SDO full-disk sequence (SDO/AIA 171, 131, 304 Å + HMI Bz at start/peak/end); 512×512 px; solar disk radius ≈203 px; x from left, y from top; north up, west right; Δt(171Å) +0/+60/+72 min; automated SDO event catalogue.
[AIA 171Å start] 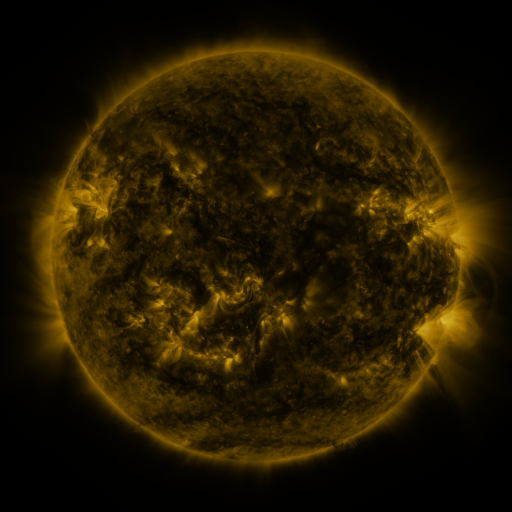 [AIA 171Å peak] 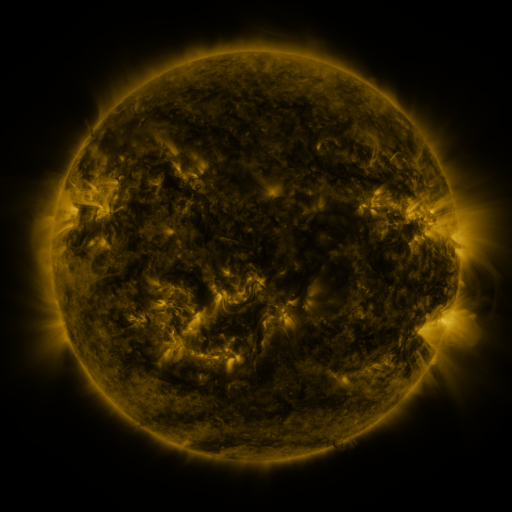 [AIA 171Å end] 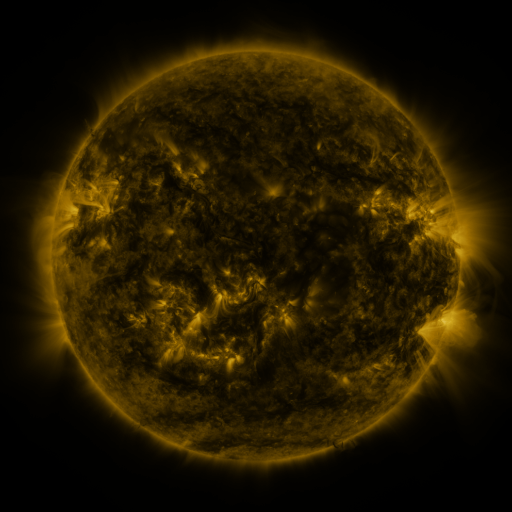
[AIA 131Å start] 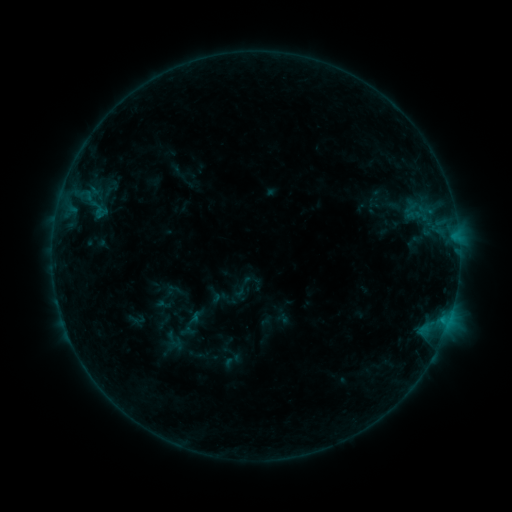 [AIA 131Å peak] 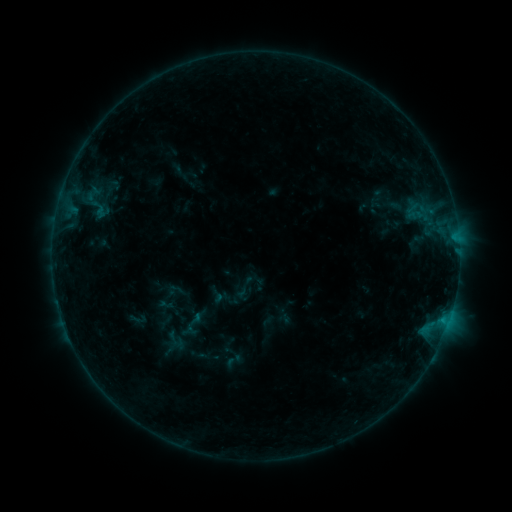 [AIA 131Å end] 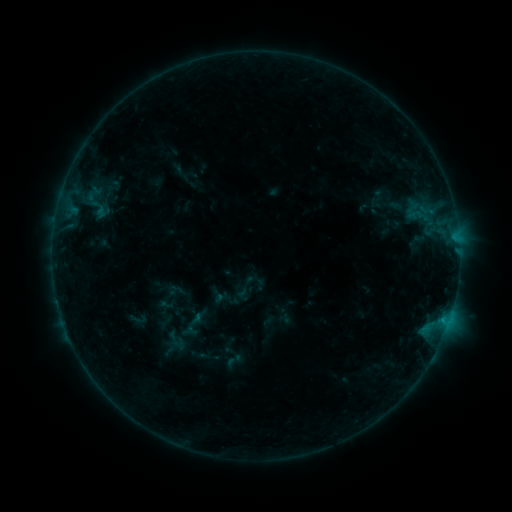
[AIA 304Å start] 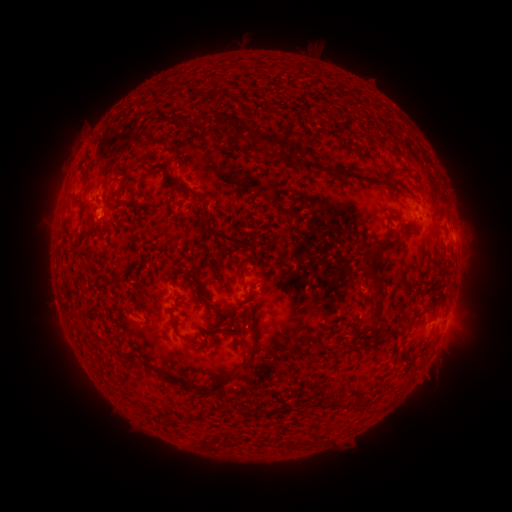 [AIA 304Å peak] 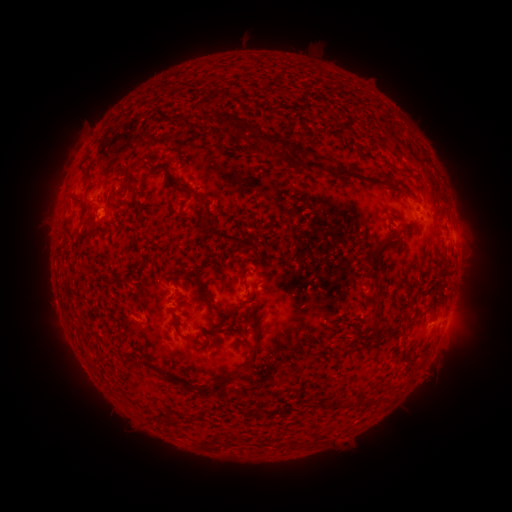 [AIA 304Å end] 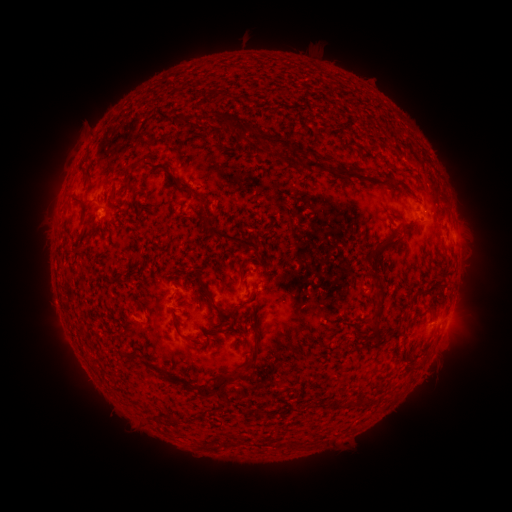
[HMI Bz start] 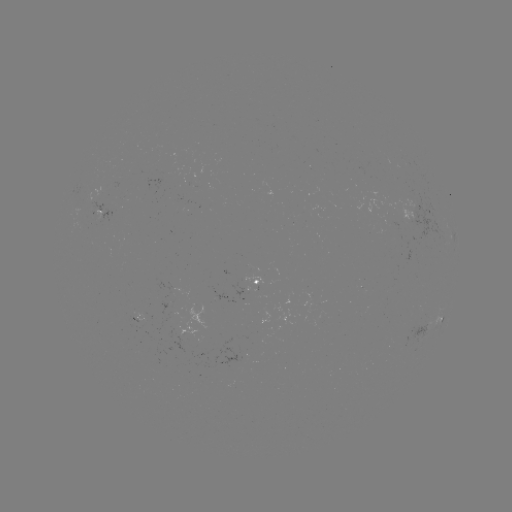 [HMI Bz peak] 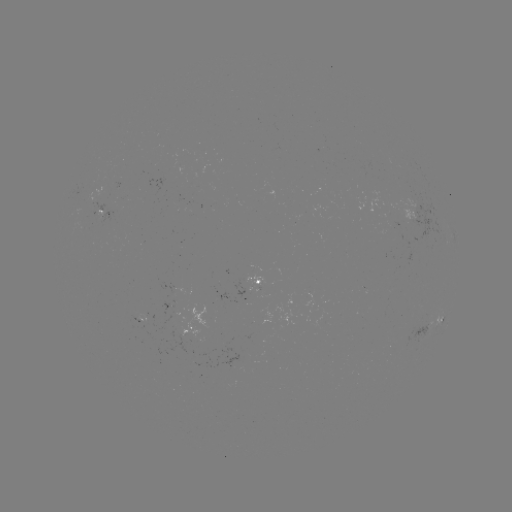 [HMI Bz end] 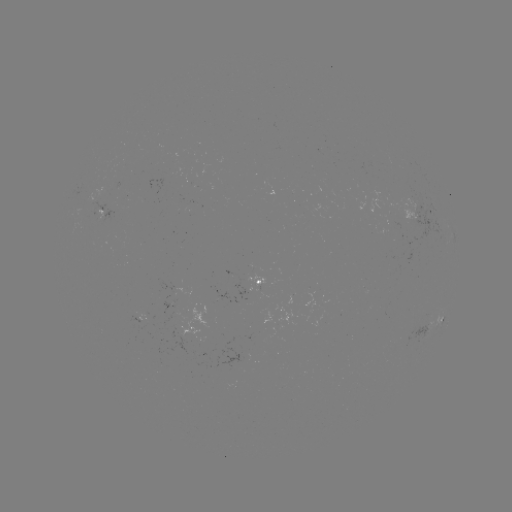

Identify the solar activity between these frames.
emerging-flux region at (185, 310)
